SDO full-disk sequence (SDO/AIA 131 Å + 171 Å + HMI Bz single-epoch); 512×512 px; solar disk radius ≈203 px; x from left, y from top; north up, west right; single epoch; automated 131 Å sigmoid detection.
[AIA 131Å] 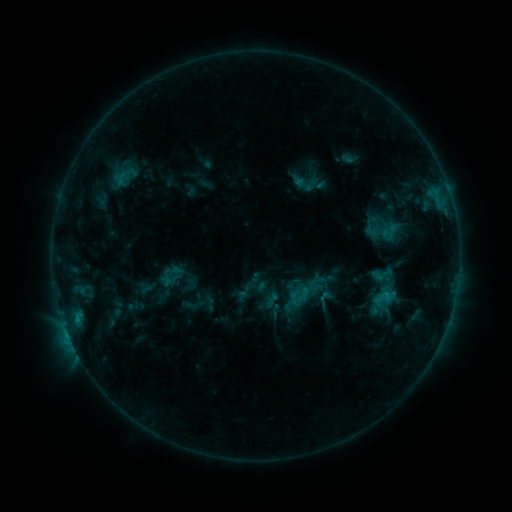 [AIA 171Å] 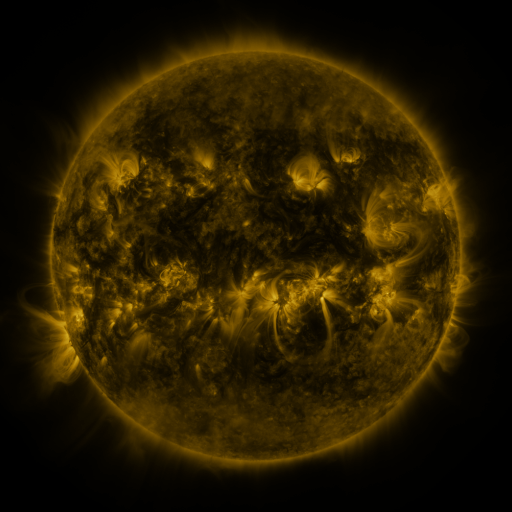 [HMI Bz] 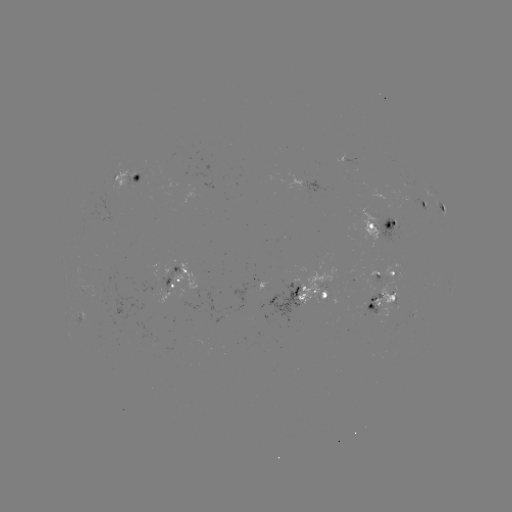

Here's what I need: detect sigmoid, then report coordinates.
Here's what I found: sigmoid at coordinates (382, 274).